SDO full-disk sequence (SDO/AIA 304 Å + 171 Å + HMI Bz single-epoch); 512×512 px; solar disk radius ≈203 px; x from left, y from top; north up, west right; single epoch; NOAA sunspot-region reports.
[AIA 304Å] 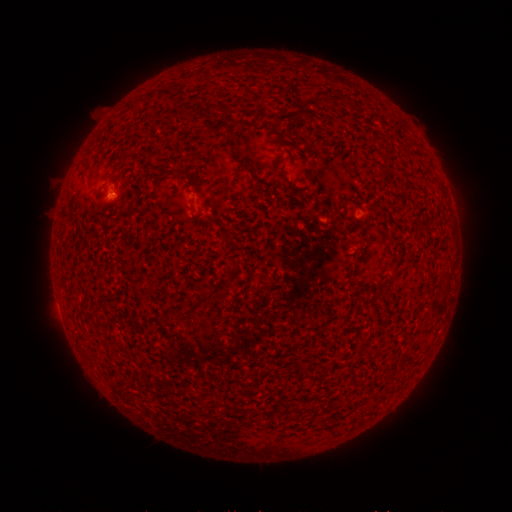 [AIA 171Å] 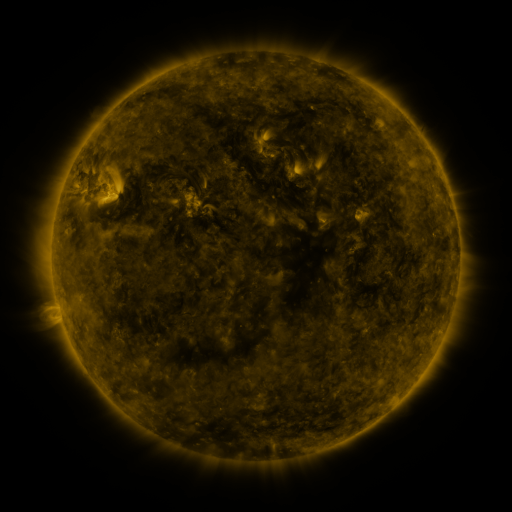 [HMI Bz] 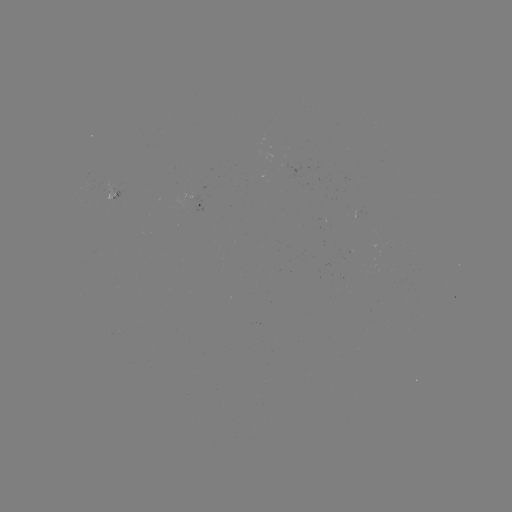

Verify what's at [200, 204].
spotted active region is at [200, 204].